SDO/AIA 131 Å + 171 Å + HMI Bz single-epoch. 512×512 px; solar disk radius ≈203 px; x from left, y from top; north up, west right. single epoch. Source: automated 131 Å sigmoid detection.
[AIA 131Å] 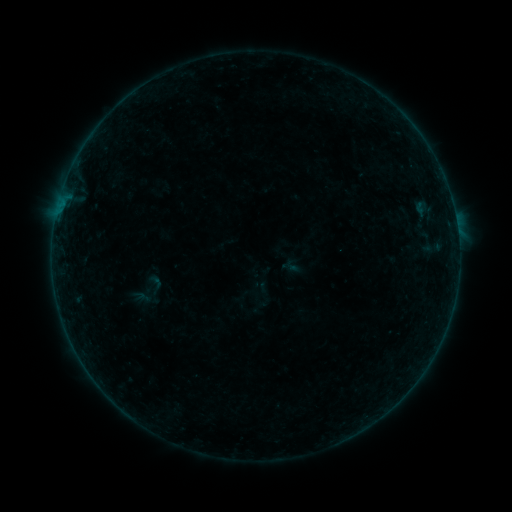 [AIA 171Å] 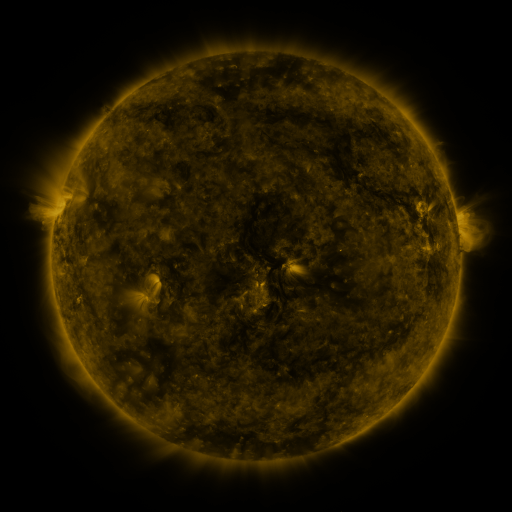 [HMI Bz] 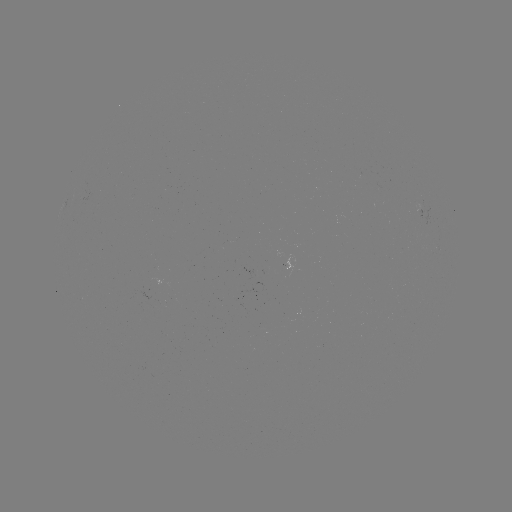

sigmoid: (141, 272, 169, 296)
